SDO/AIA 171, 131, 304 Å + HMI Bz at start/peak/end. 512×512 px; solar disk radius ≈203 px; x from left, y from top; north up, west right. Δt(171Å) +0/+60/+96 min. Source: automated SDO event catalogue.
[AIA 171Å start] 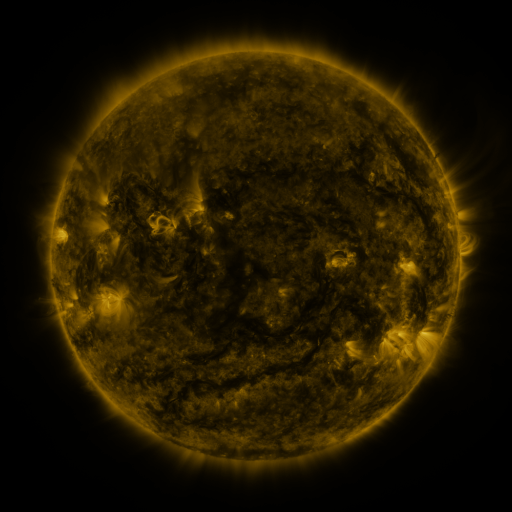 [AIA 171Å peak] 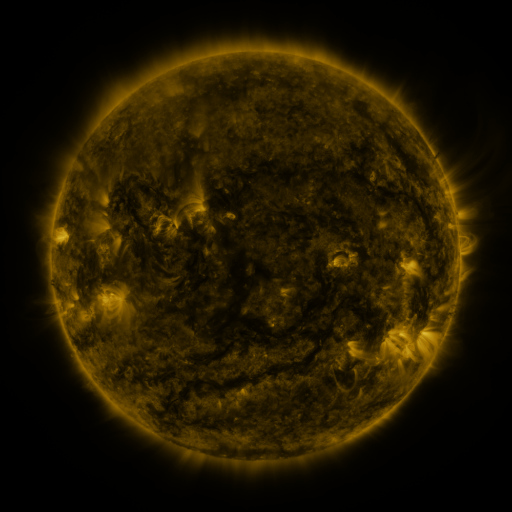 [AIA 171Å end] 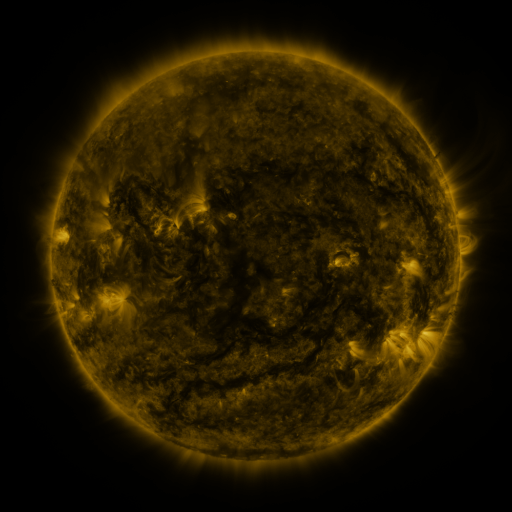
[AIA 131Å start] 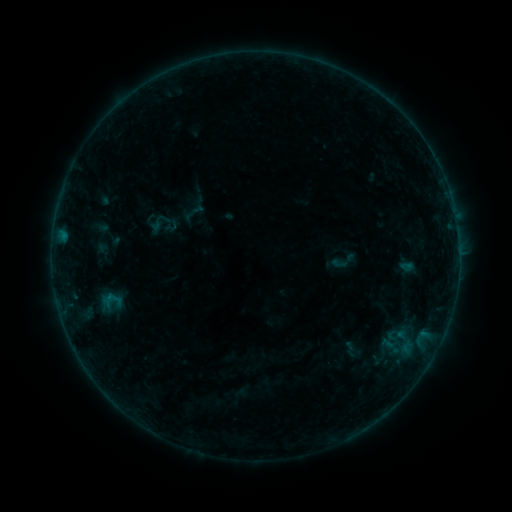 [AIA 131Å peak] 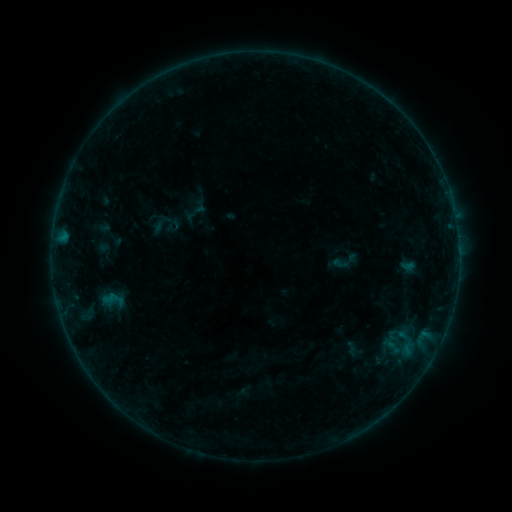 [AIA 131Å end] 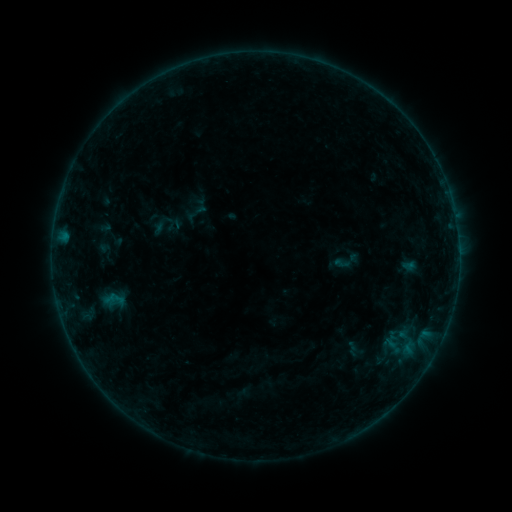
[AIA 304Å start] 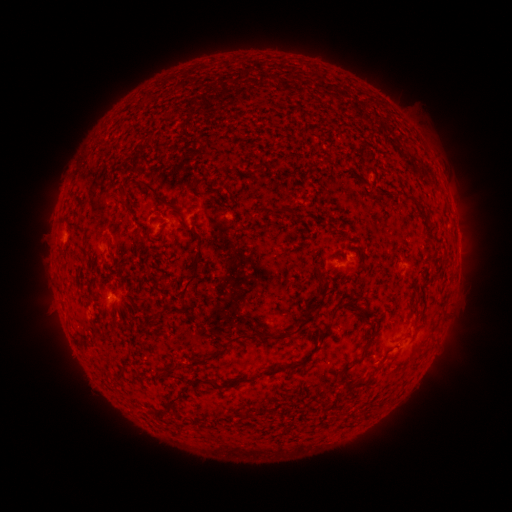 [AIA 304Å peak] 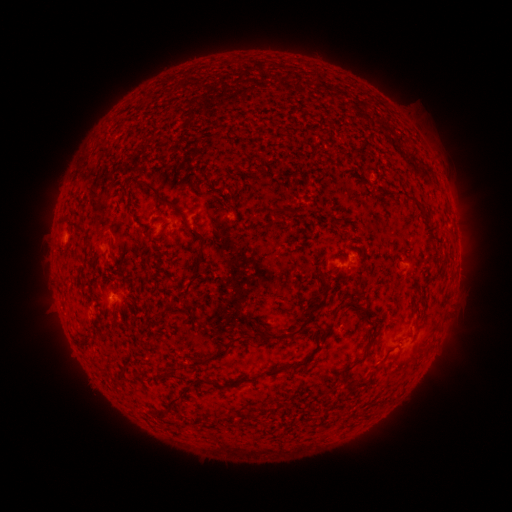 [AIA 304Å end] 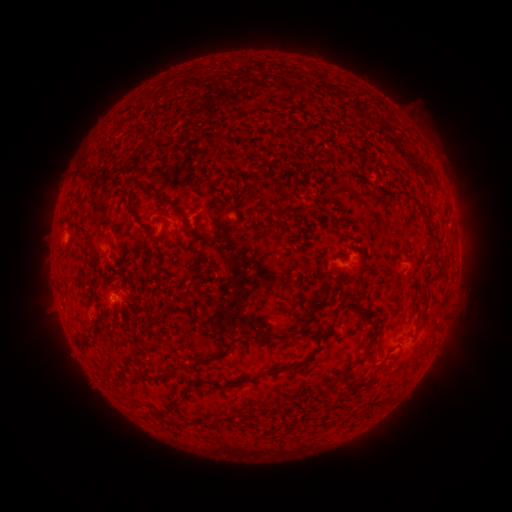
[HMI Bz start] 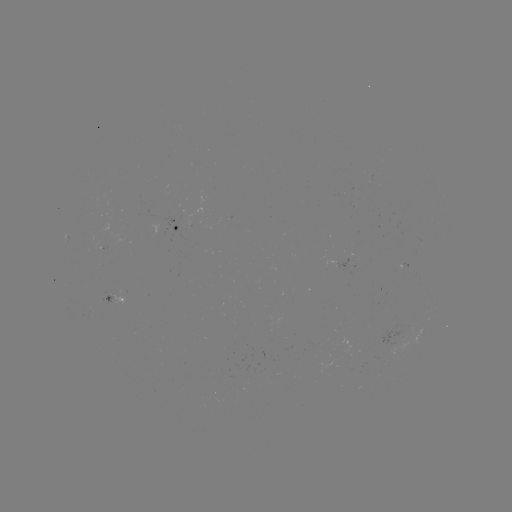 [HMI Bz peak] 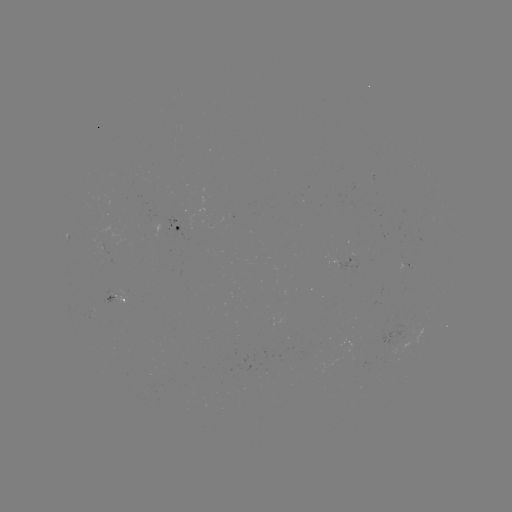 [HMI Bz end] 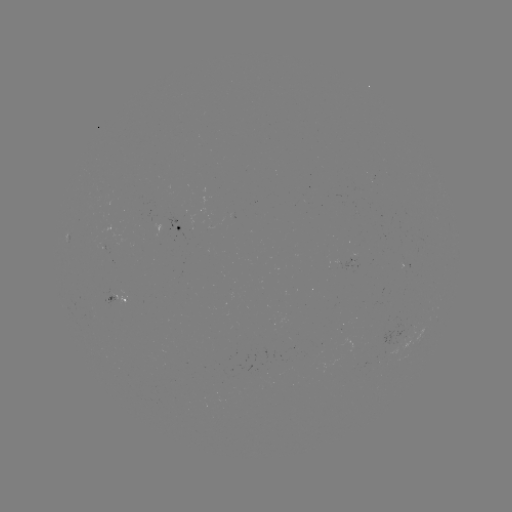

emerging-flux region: [102, 287, 125, 307]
